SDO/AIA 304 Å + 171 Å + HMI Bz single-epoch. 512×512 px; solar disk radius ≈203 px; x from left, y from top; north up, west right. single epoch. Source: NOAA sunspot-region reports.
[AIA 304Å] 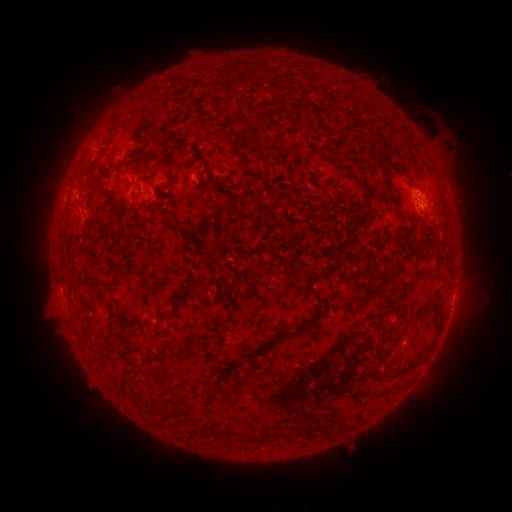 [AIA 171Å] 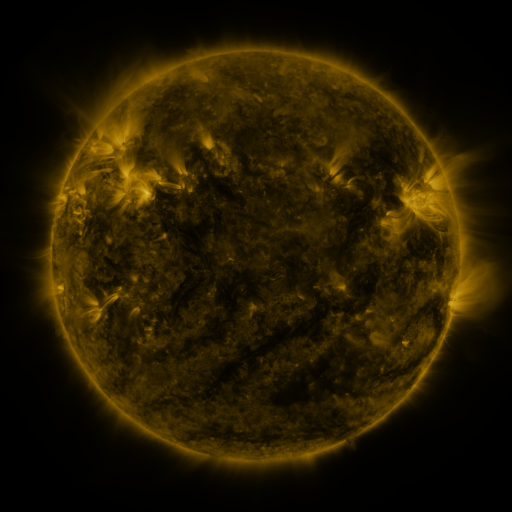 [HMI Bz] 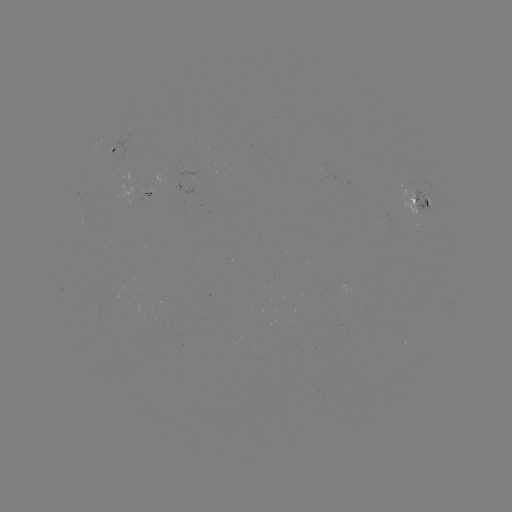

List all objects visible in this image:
spotted active region: (117, 136)
spotted active region: (149, 181)
spotted active region: (422, 210)
spotted active region: (451, 306)
